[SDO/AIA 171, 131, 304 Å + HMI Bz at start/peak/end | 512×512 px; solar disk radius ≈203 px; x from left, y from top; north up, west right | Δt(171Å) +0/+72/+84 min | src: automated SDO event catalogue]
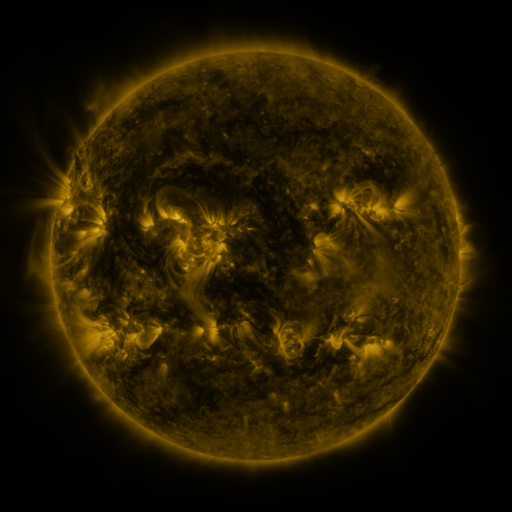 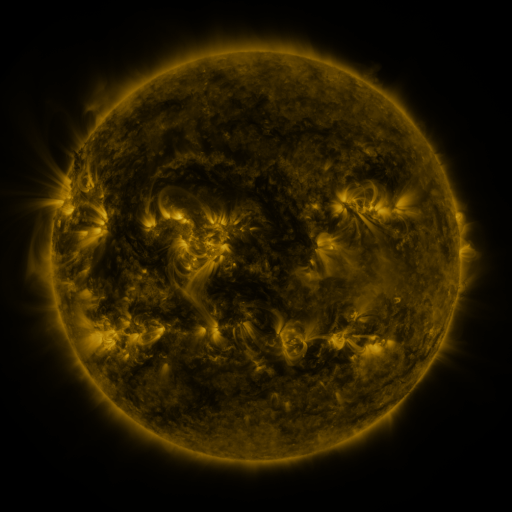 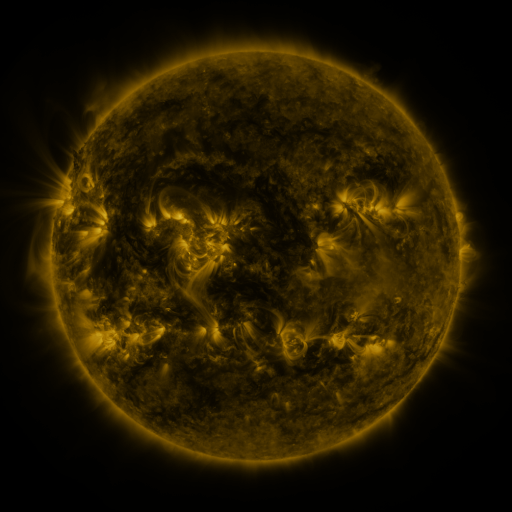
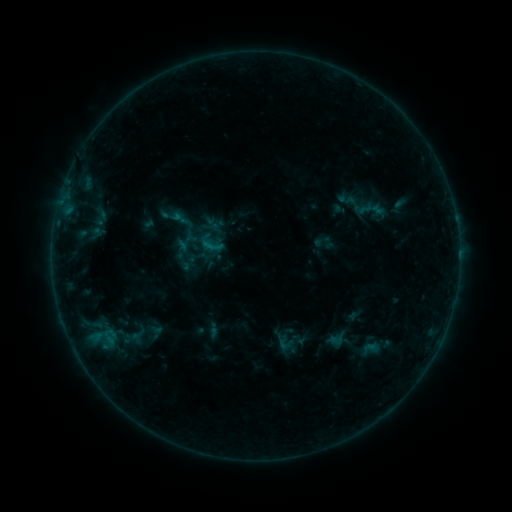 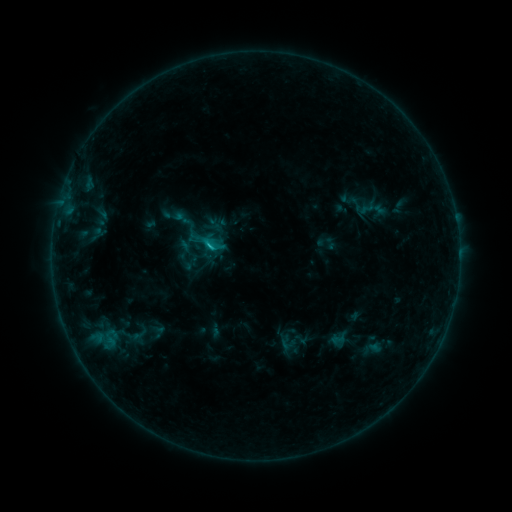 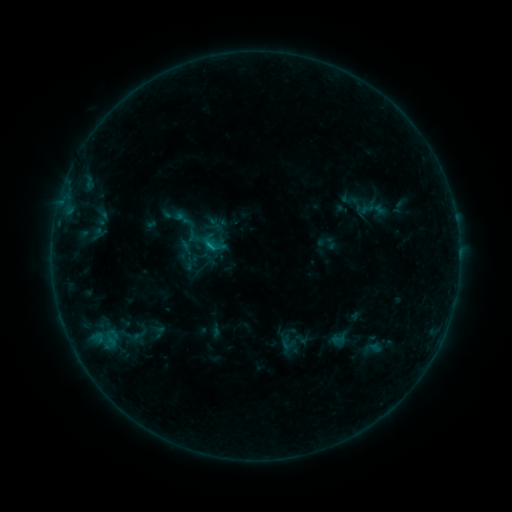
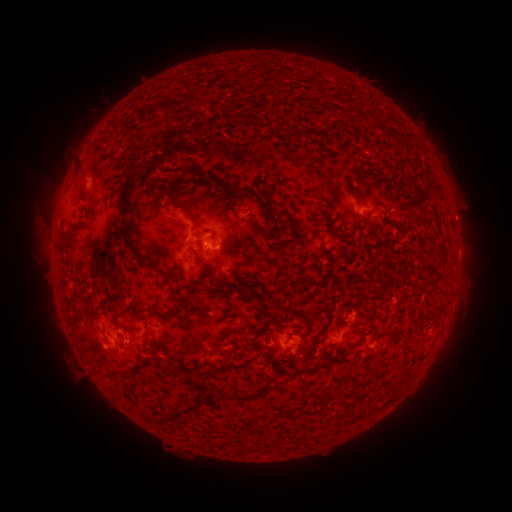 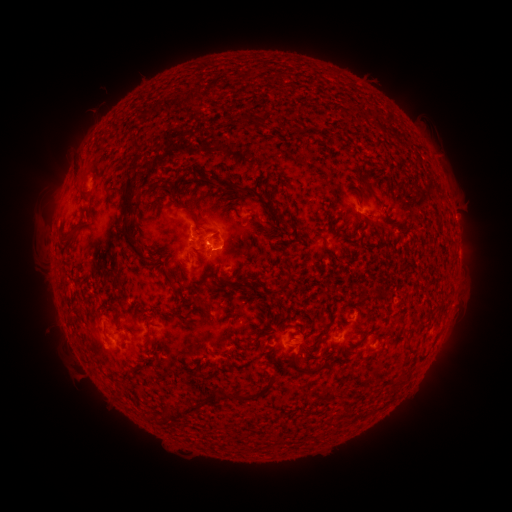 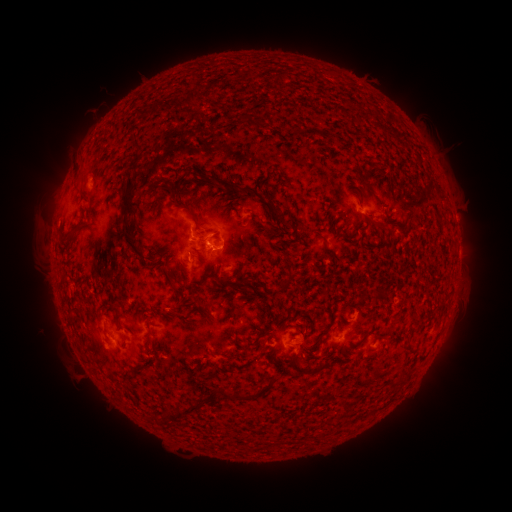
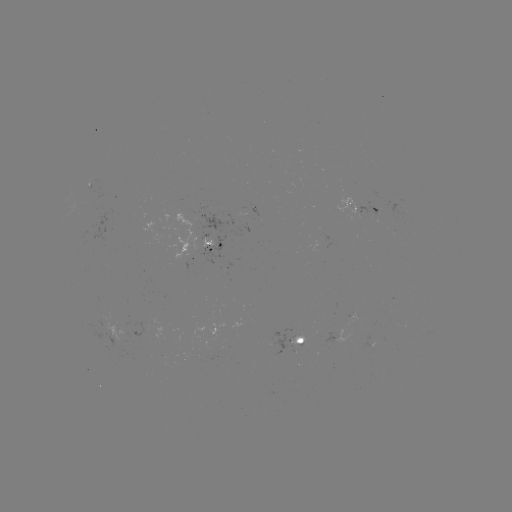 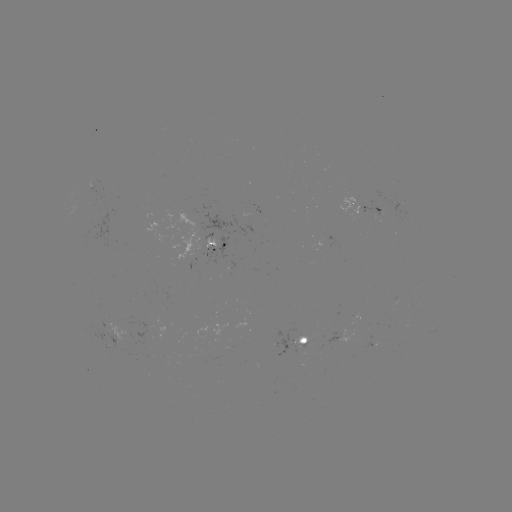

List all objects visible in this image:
emerging-flux region: (213, 241)
